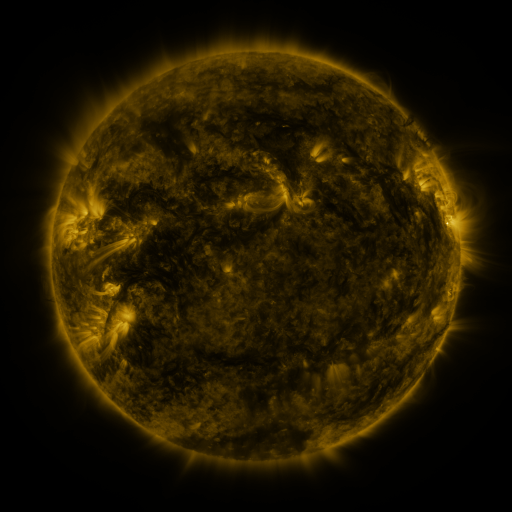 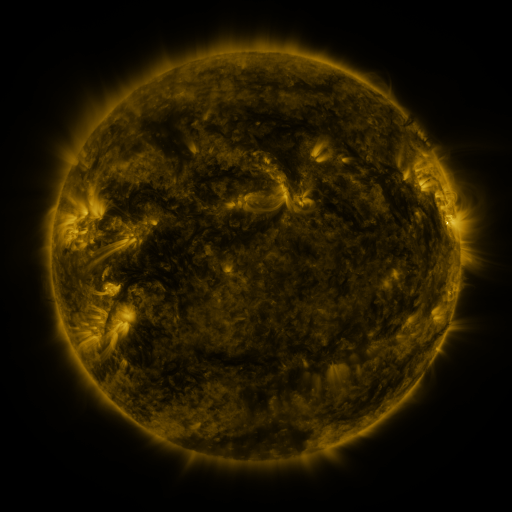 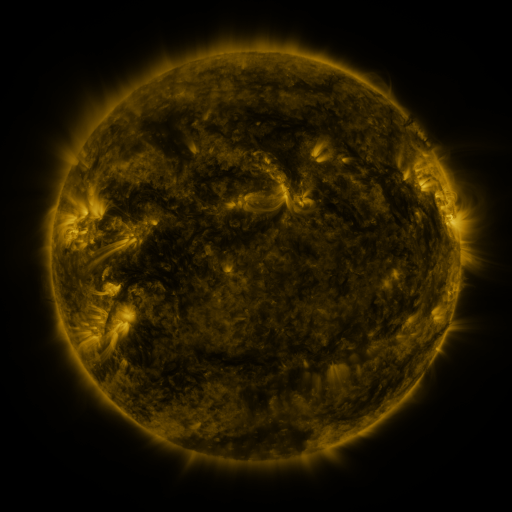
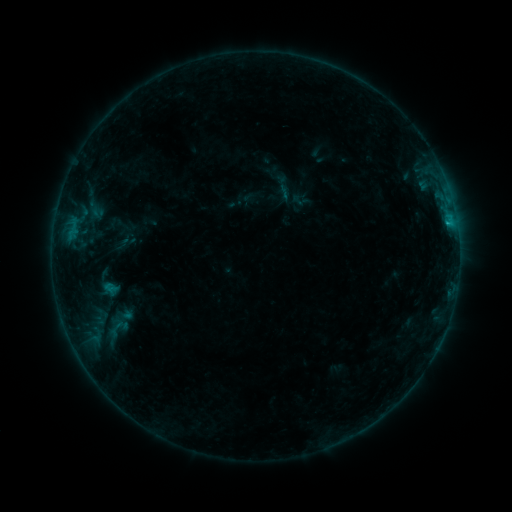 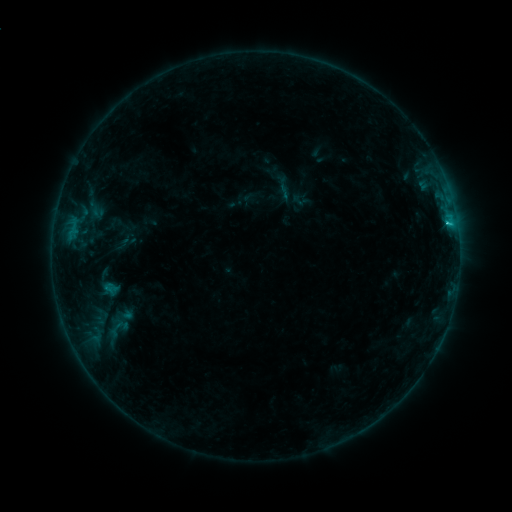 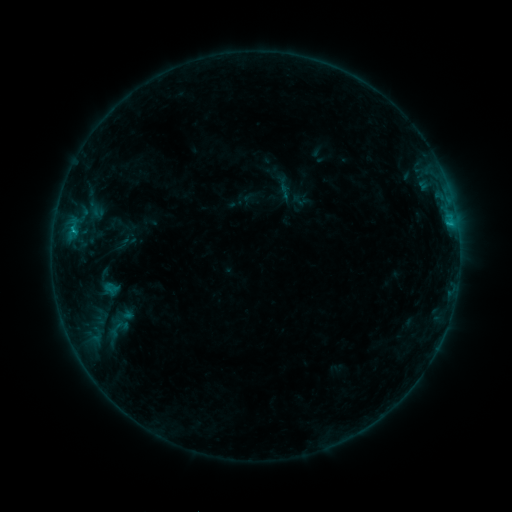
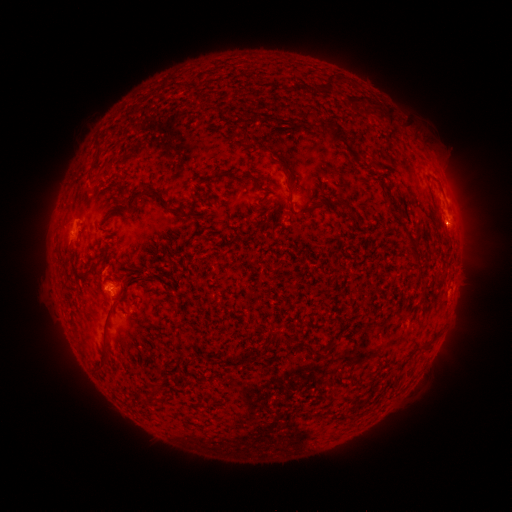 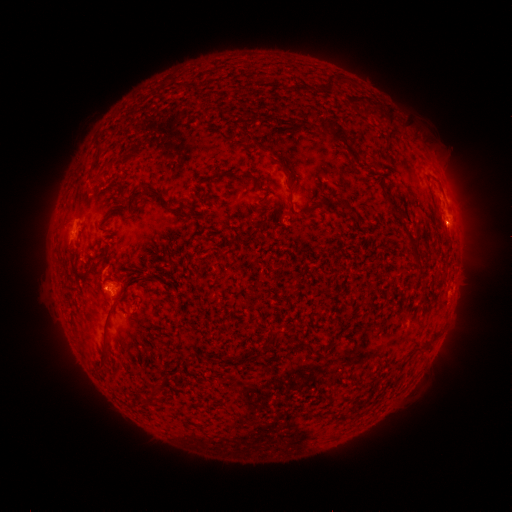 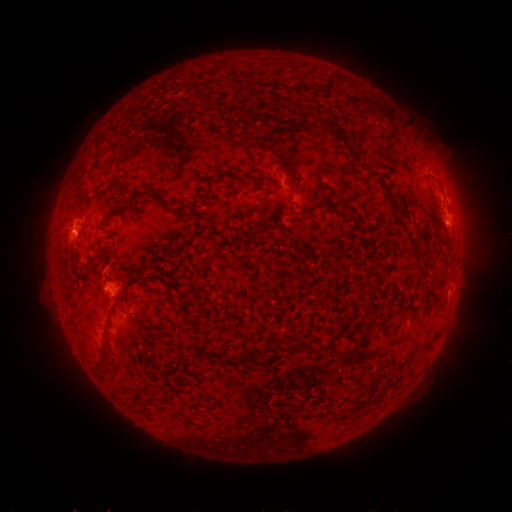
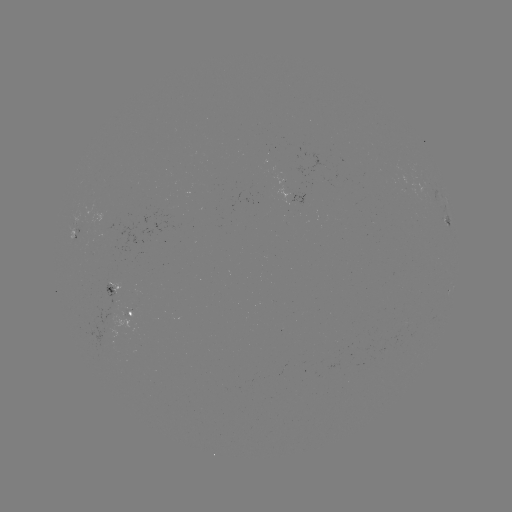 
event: flare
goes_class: C1.3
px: (446, 225)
